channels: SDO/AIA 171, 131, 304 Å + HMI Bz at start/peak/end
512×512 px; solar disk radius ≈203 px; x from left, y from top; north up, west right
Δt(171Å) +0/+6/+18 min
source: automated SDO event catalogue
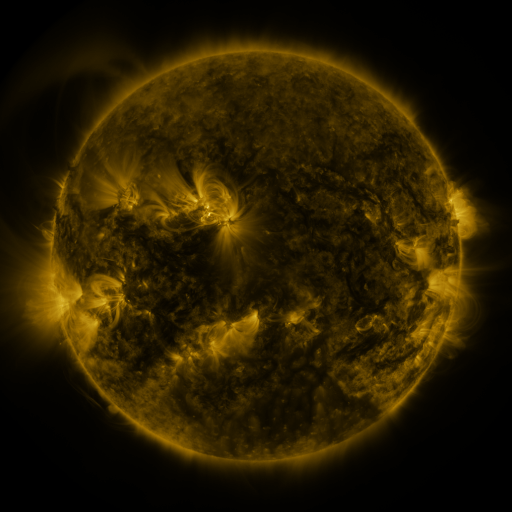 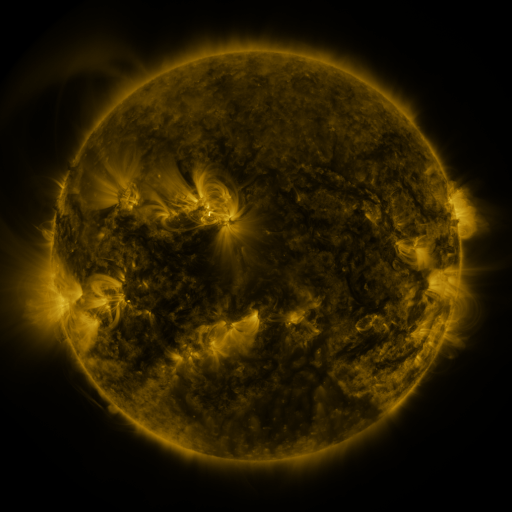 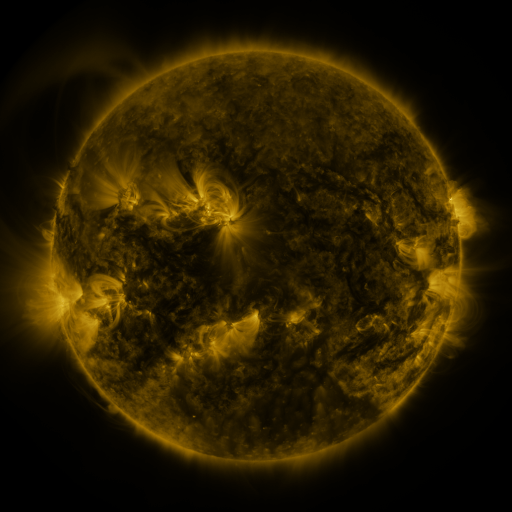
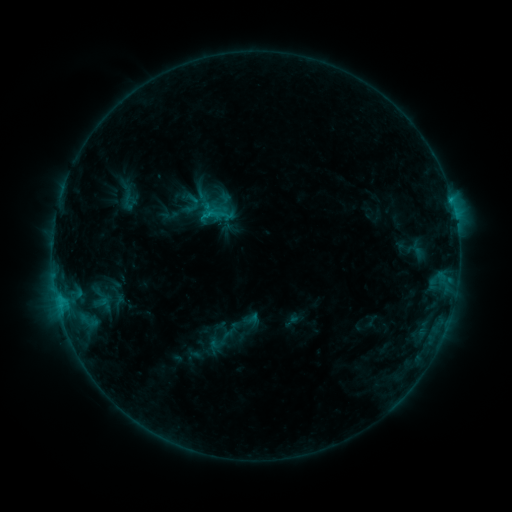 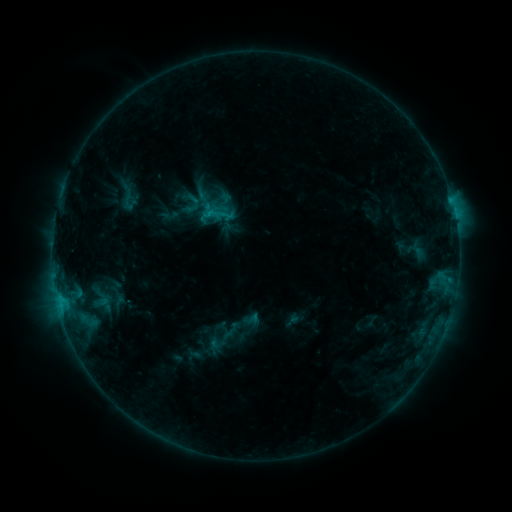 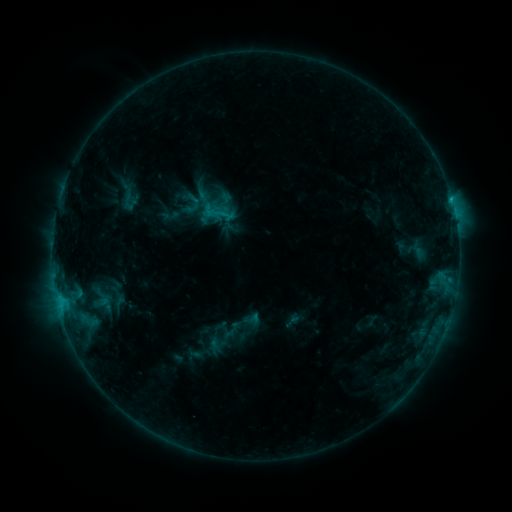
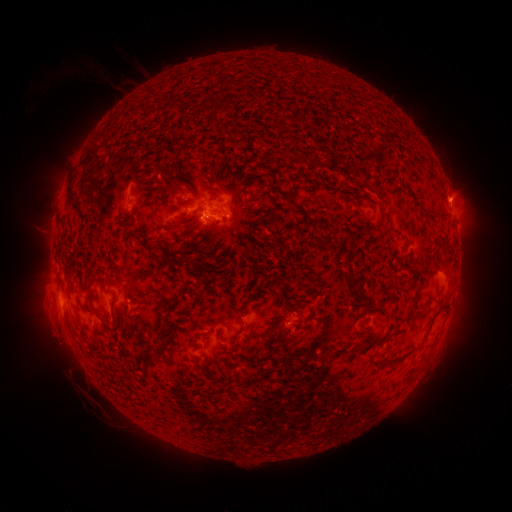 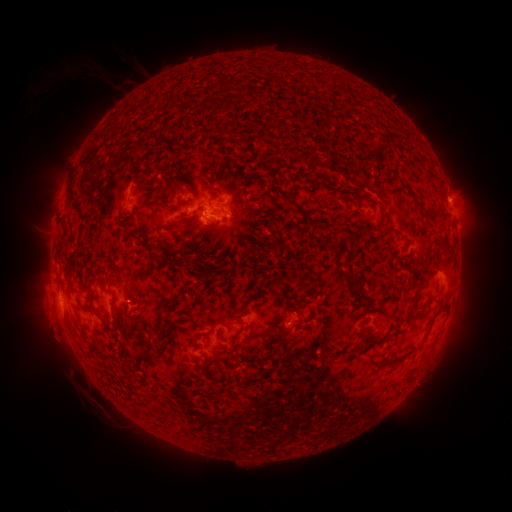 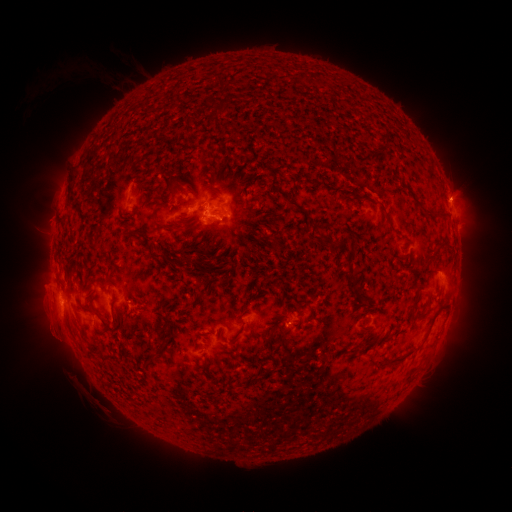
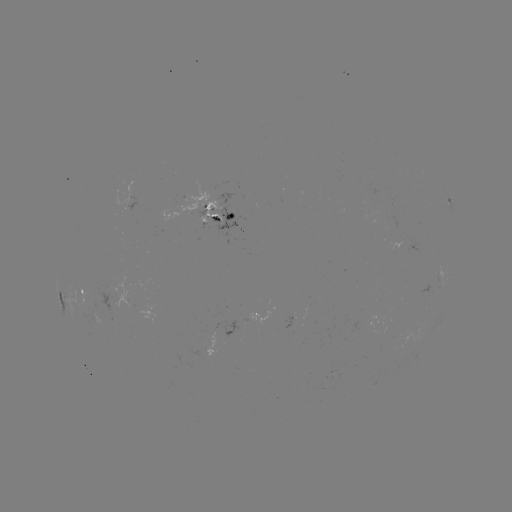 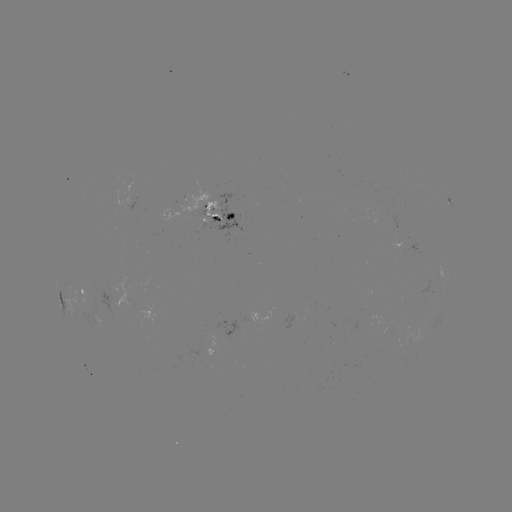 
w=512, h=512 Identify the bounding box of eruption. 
[32, 313, 73, 354].